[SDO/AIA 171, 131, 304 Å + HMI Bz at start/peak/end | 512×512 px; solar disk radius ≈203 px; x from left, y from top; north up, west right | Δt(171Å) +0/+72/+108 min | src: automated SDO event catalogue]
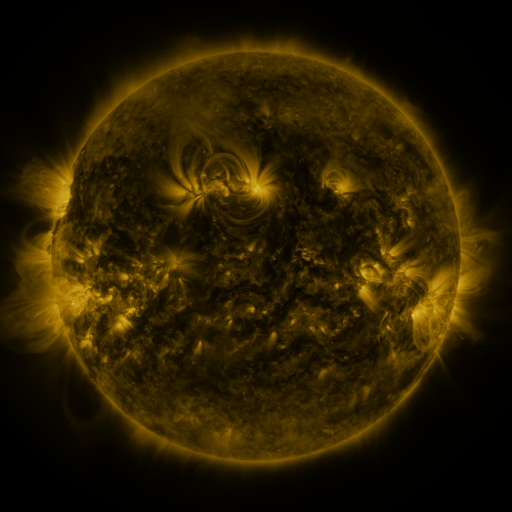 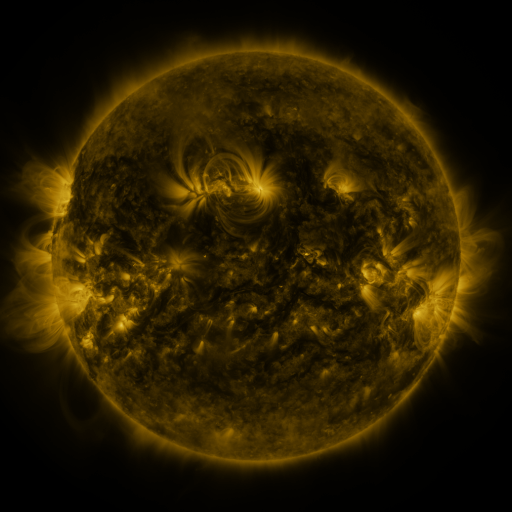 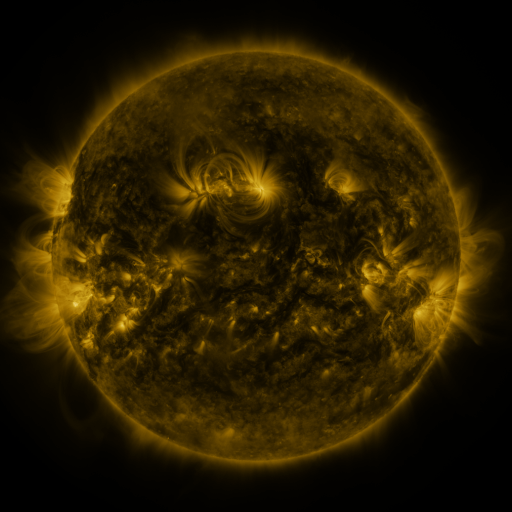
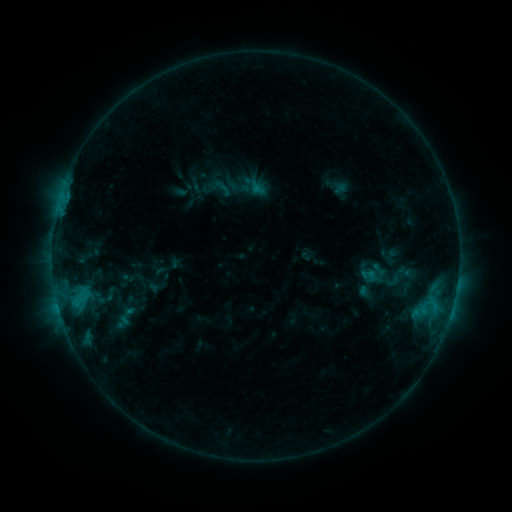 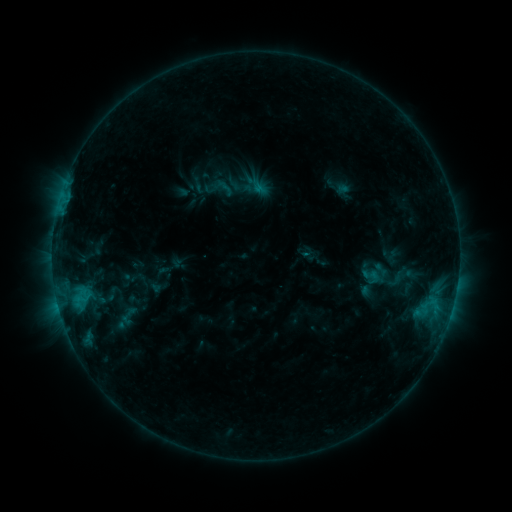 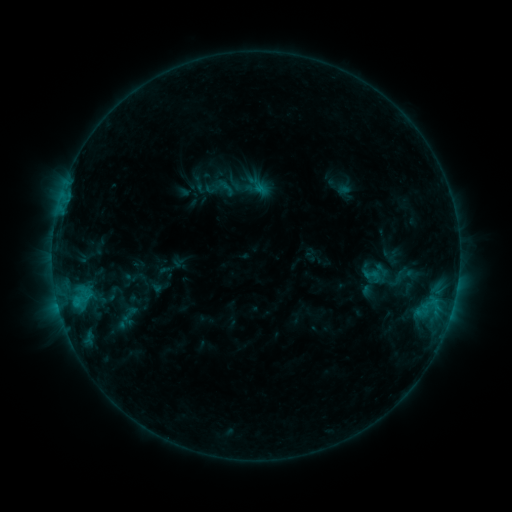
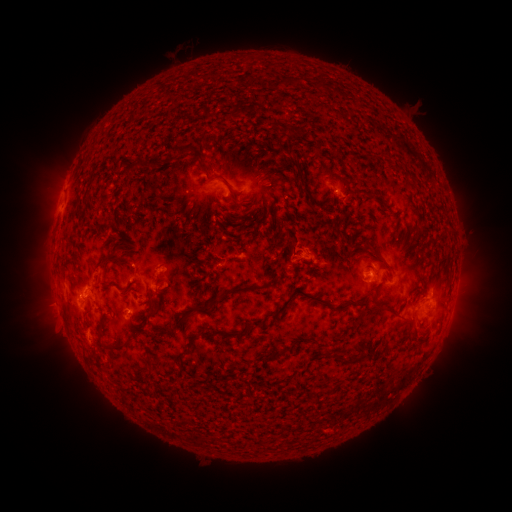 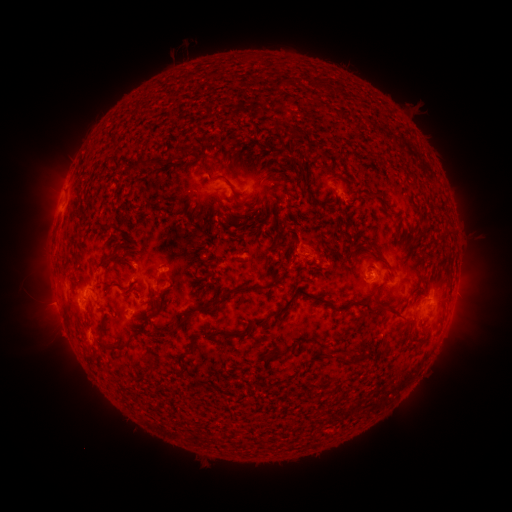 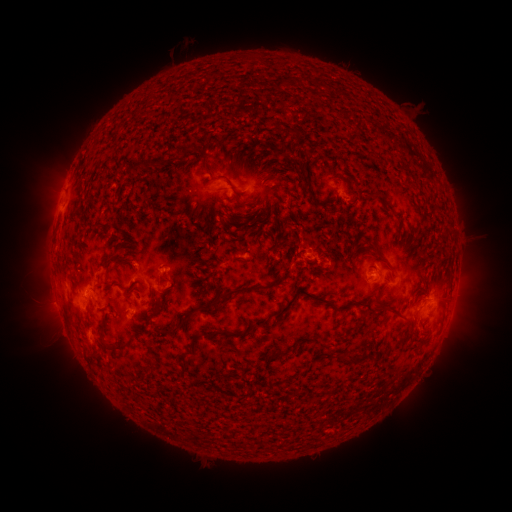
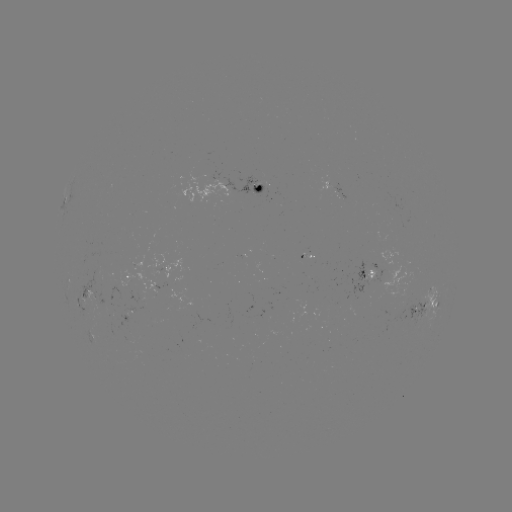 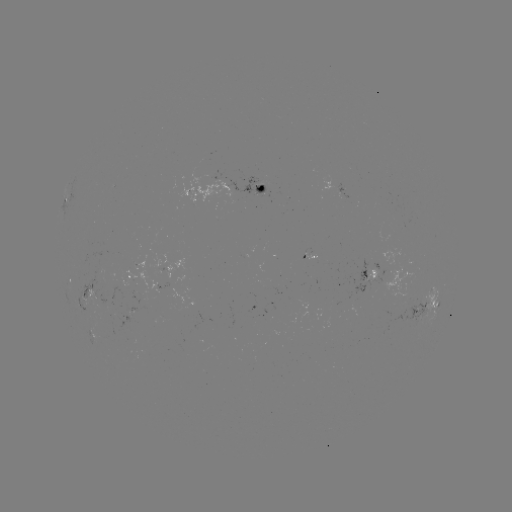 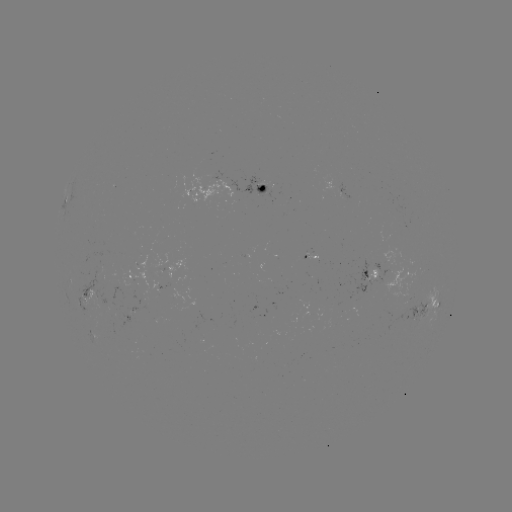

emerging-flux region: <bbox>153, 255, 185, 289</bbox>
